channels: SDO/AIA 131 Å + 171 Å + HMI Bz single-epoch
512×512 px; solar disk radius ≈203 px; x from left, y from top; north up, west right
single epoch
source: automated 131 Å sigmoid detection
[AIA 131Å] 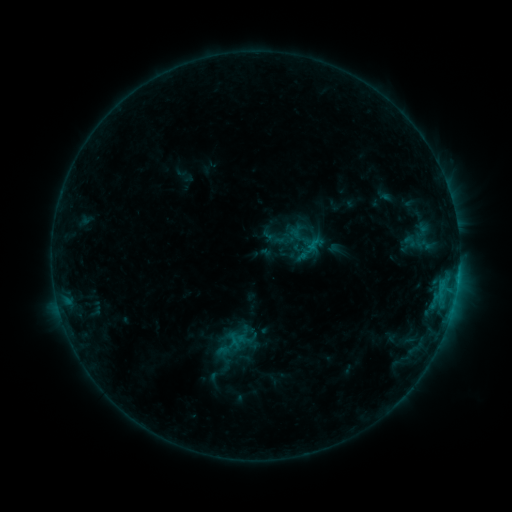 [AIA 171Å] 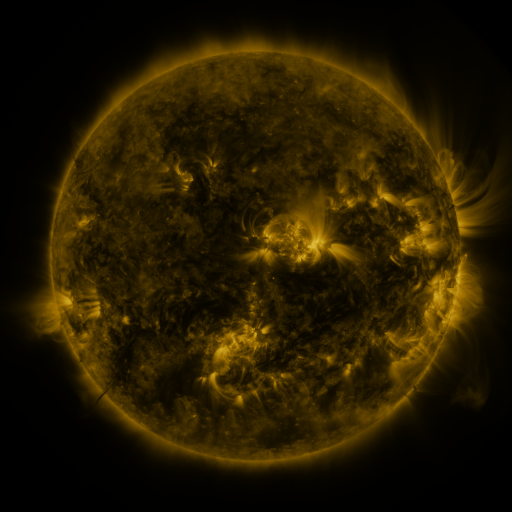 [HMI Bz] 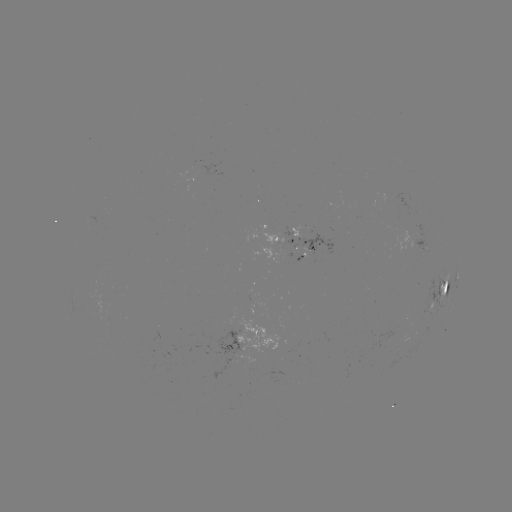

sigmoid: [304, 234, 326, 255]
